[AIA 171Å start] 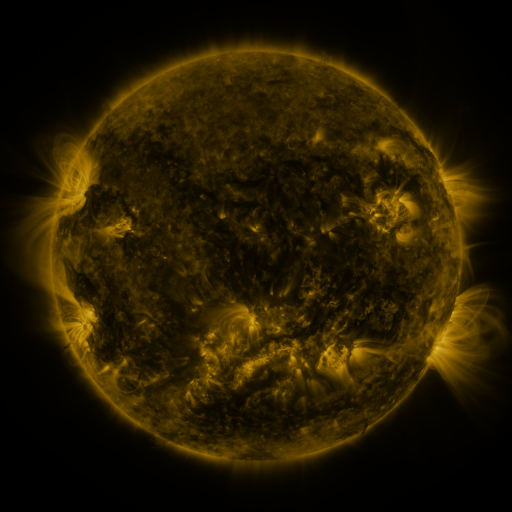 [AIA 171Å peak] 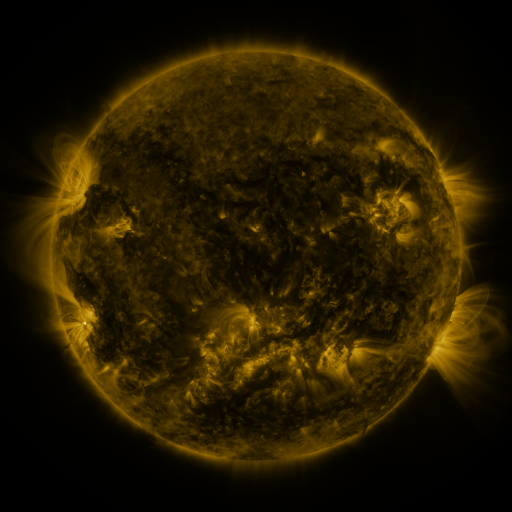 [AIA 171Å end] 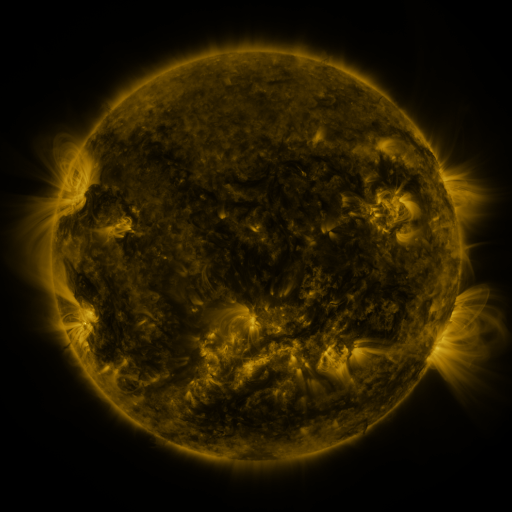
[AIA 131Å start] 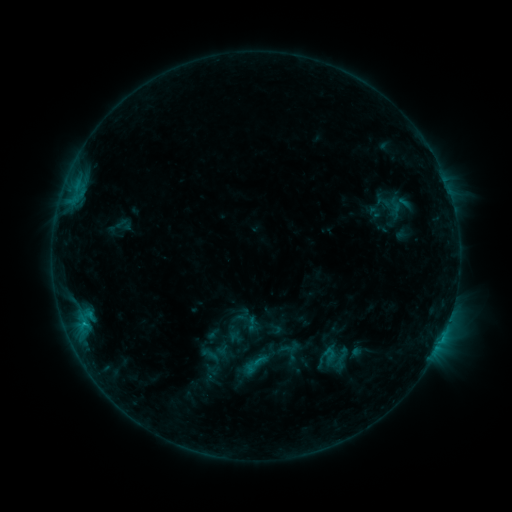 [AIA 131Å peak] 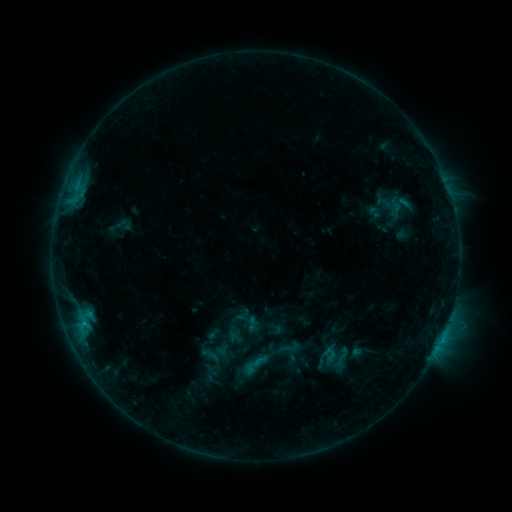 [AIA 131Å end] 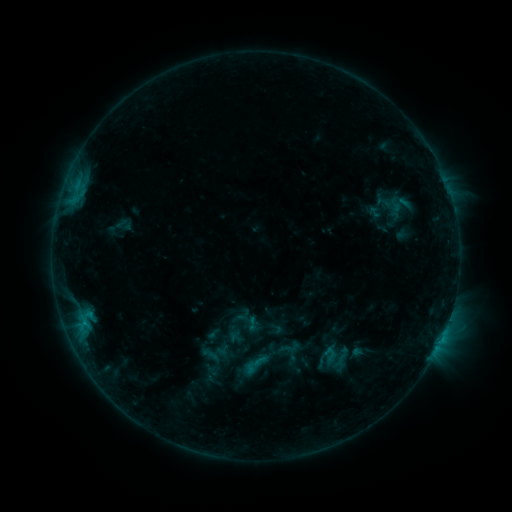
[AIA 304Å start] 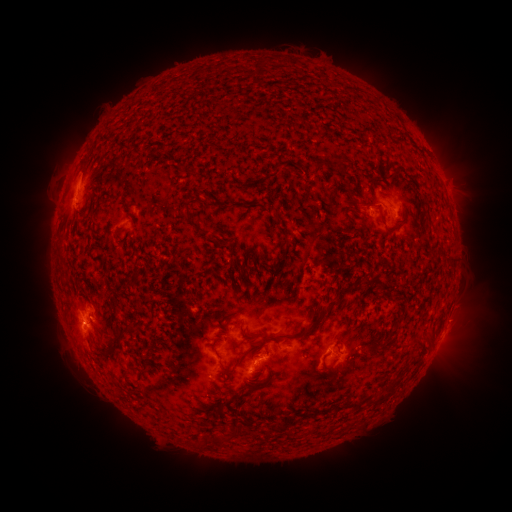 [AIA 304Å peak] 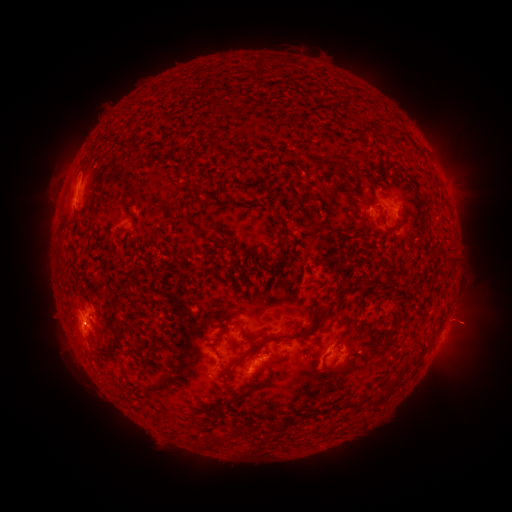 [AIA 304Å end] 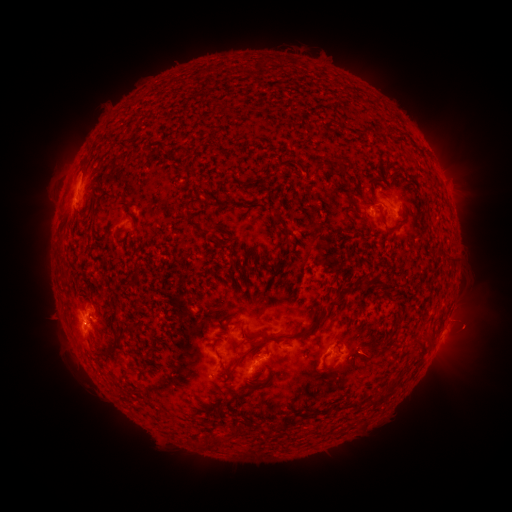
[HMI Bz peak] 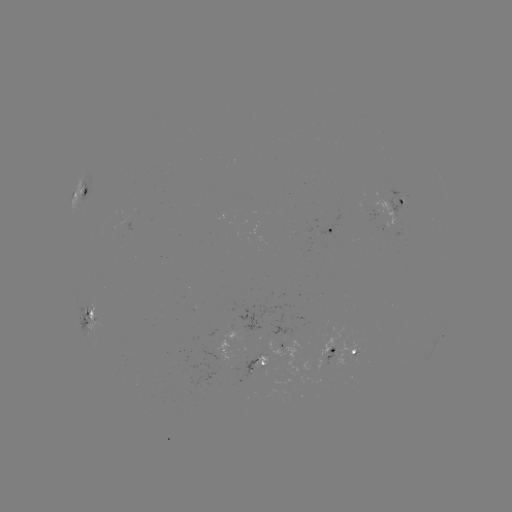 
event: eruption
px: (467, 320)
